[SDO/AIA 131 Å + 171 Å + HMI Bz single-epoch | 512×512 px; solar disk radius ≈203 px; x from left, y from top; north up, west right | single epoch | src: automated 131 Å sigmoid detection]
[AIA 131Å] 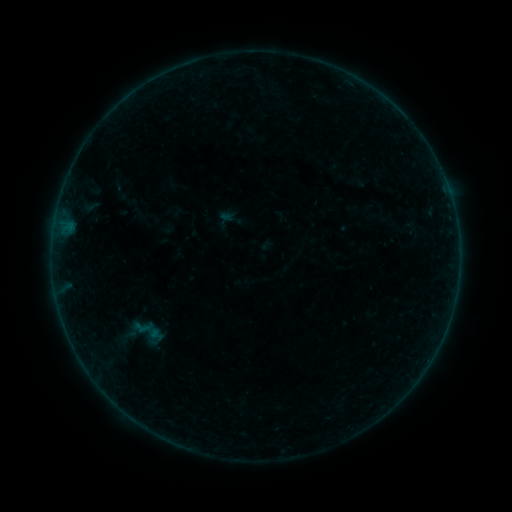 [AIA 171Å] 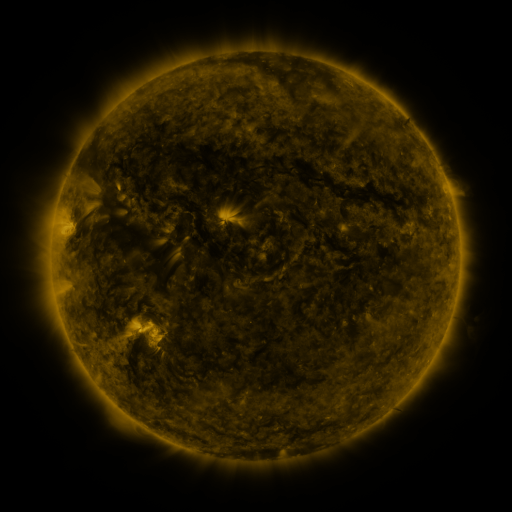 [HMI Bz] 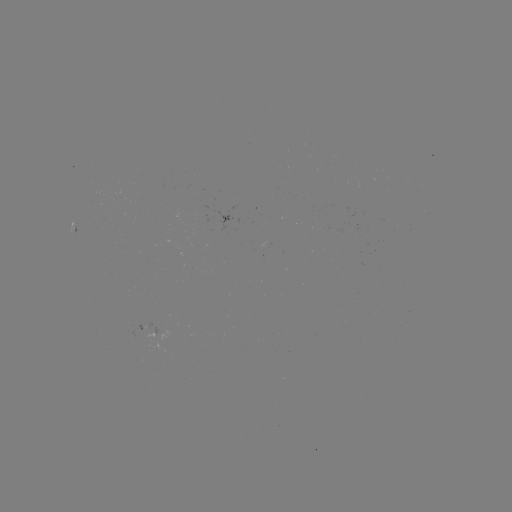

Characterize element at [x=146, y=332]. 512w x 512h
sigmoid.